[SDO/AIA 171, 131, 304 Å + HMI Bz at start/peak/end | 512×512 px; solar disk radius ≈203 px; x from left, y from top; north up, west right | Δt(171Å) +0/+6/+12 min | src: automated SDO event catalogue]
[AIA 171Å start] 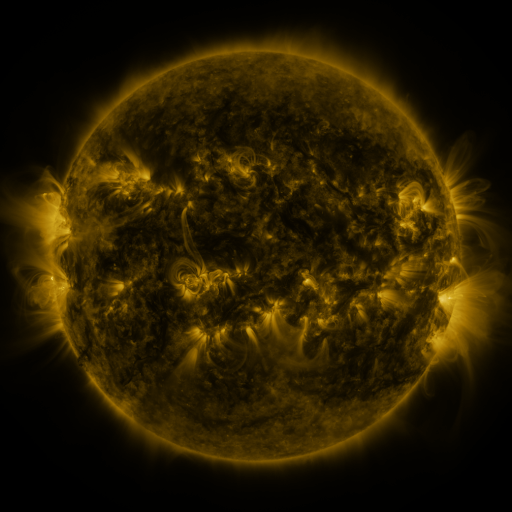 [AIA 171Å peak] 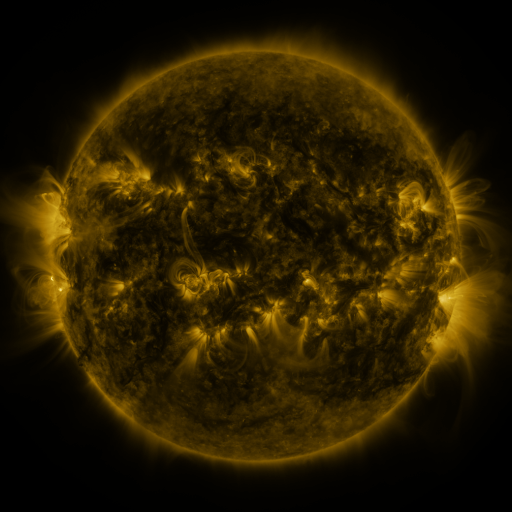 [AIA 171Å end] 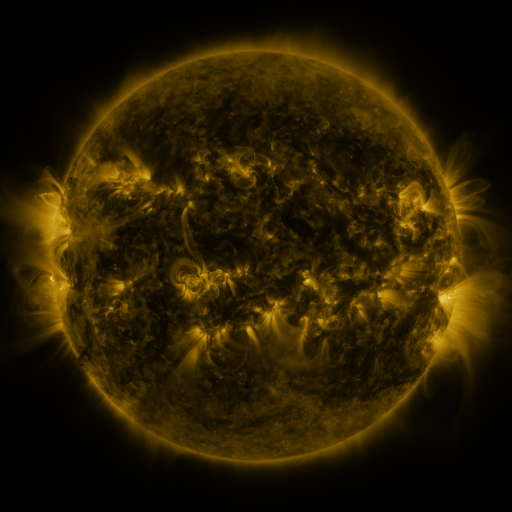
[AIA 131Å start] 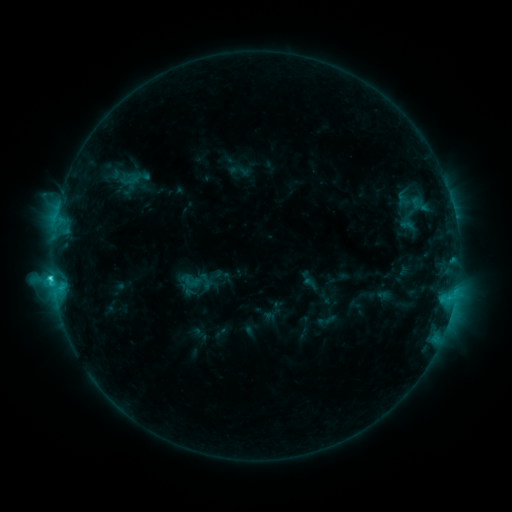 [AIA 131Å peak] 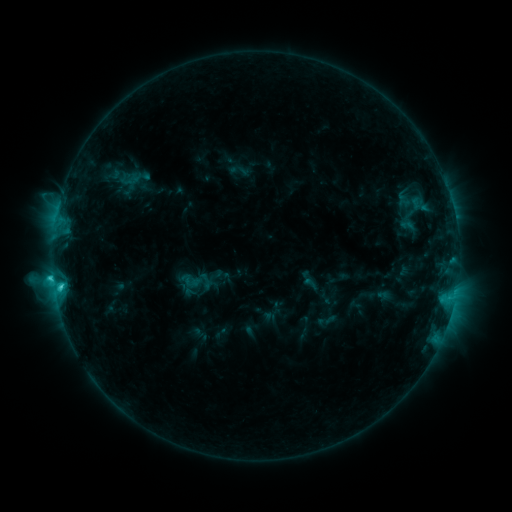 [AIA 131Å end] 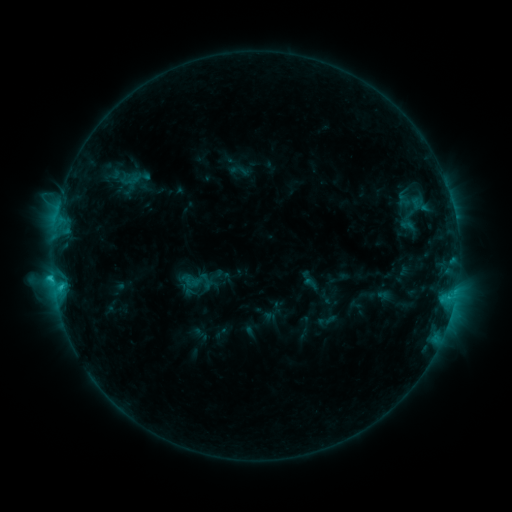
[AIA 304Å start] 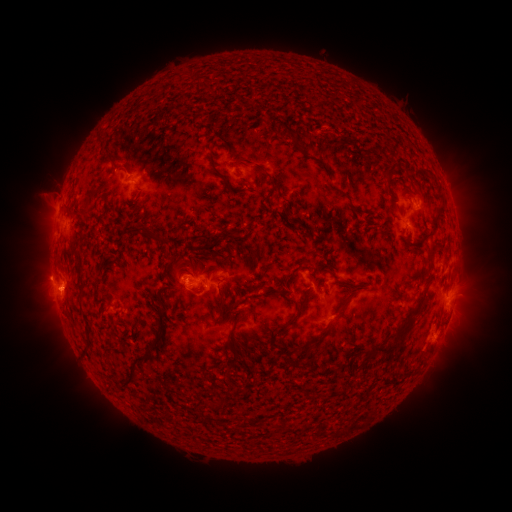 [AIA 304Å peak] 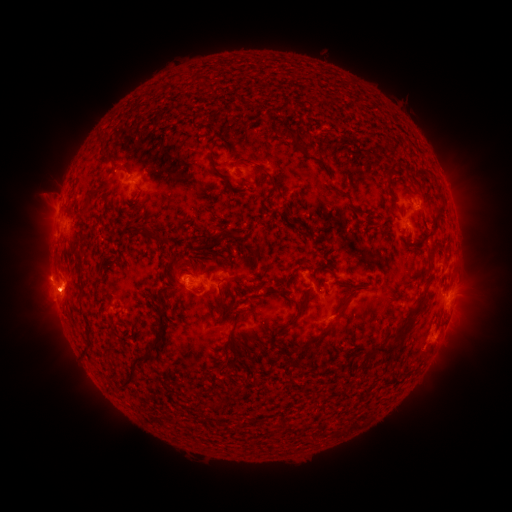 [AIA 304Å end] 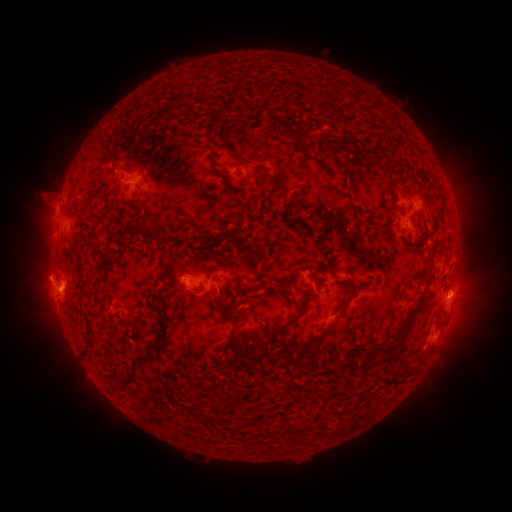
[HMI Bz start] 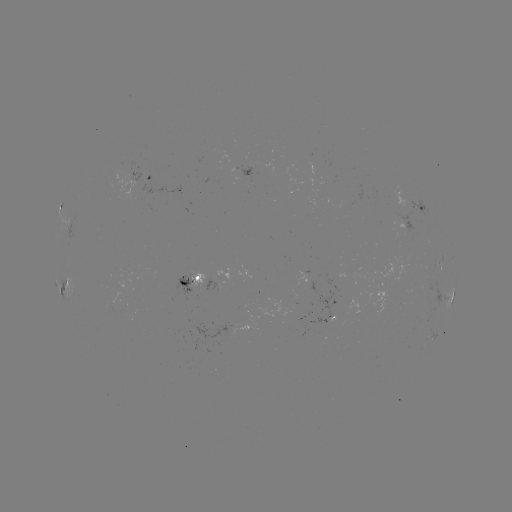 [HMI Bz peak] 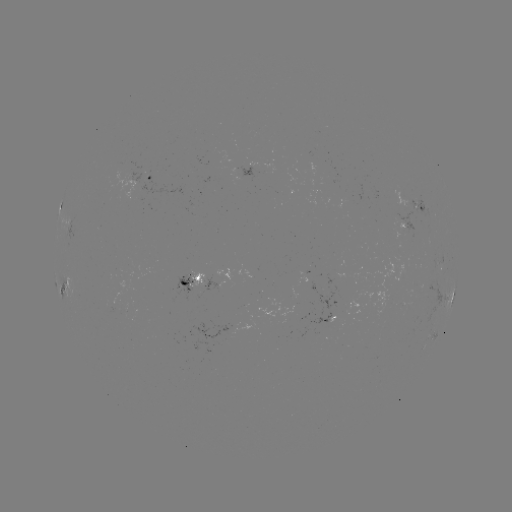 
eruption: [26, 275, 78, 321]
